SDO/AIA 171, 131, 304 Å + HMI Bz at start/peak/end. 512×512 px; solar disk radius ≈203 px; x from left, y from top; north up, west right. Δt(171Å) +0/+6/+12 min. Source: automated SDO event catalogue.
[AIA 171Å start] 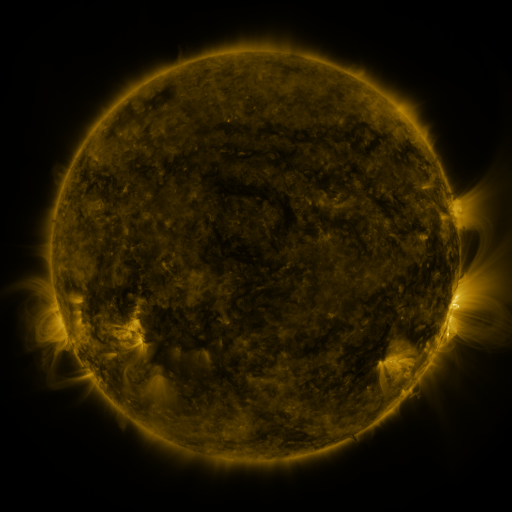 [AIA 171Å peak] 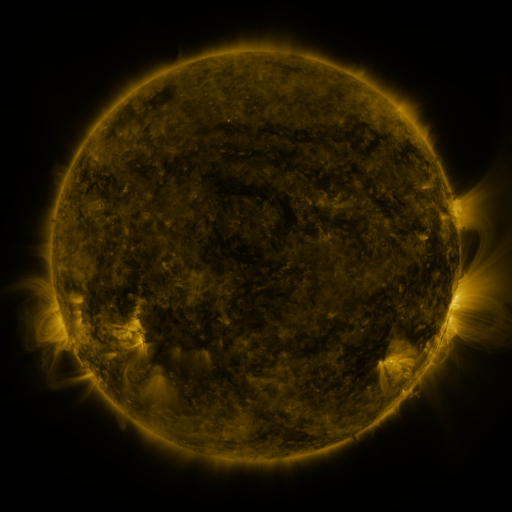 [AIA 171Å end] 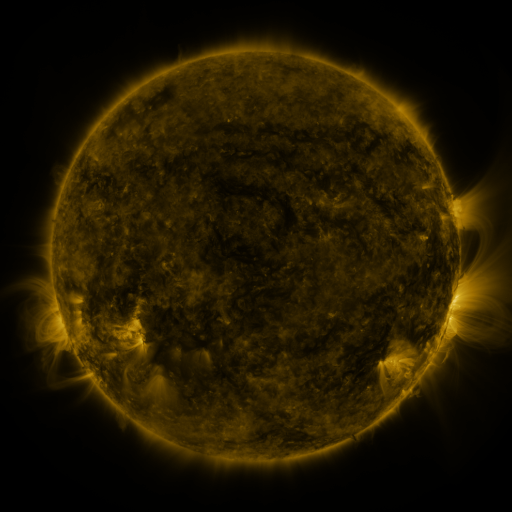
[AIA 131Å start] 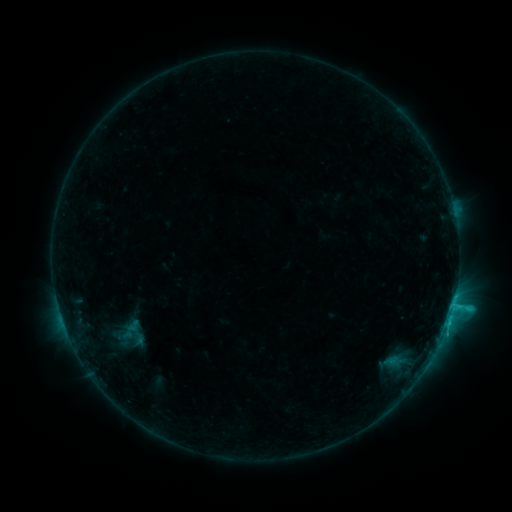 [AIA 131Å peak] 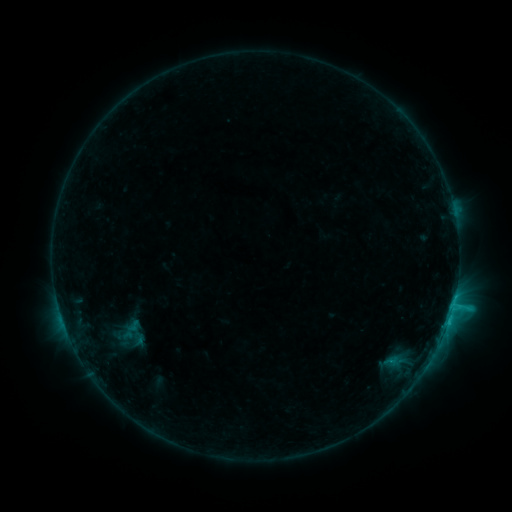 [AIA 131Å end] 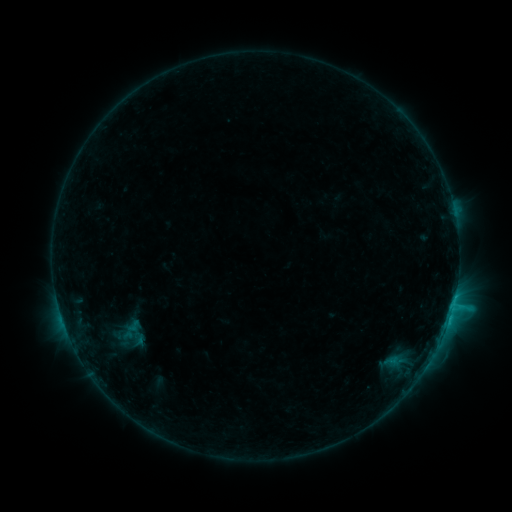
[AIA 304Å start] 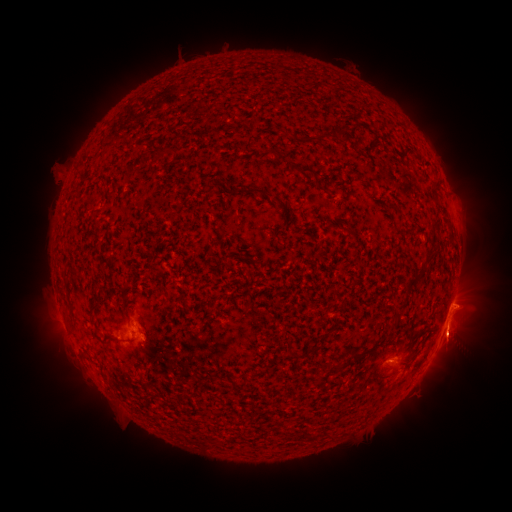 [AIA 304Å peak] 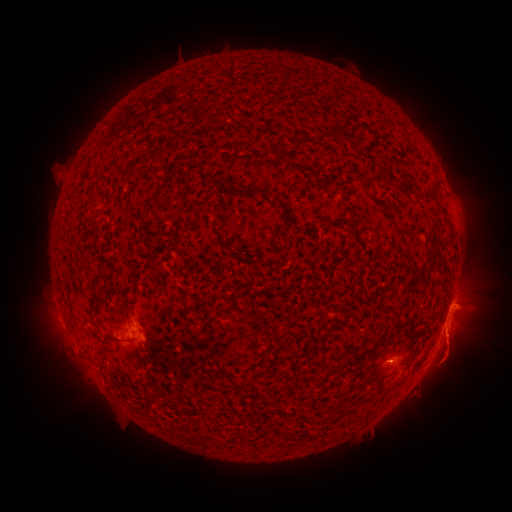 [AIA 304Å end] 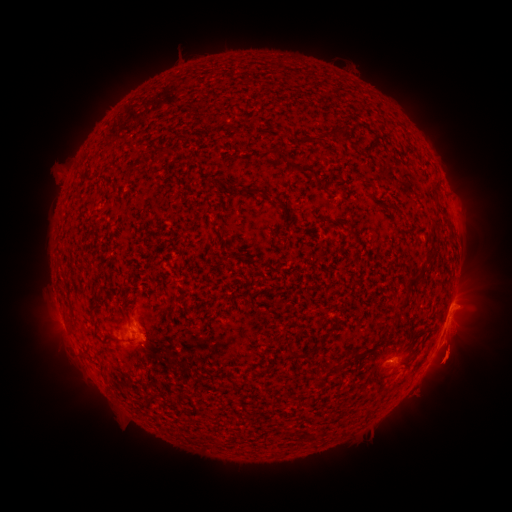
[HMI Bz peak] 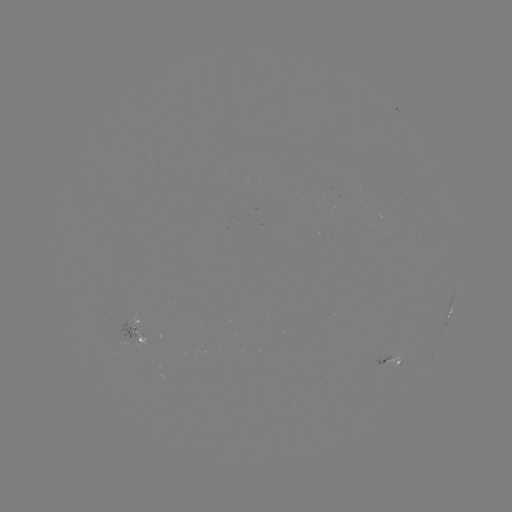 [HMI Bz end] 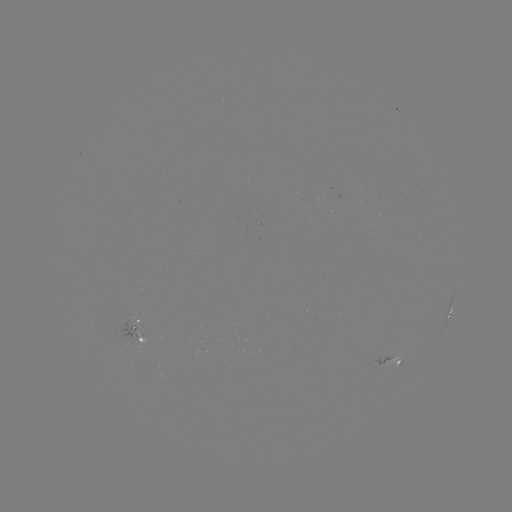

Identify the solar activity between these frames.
eruption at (455, 351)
